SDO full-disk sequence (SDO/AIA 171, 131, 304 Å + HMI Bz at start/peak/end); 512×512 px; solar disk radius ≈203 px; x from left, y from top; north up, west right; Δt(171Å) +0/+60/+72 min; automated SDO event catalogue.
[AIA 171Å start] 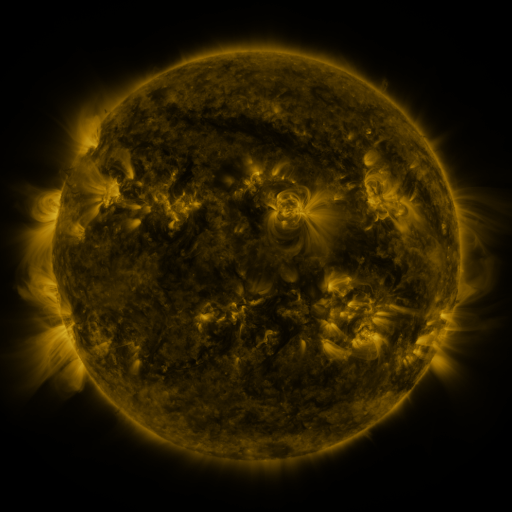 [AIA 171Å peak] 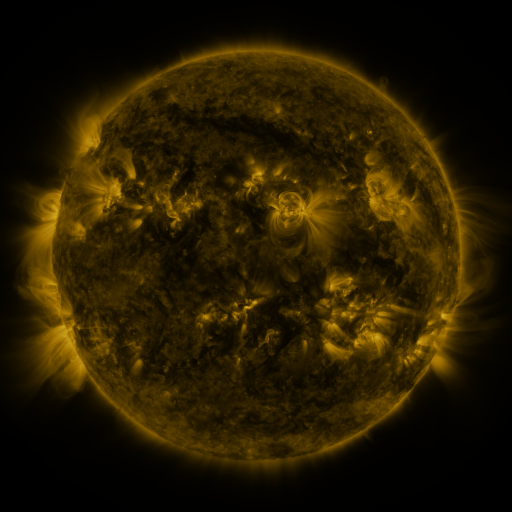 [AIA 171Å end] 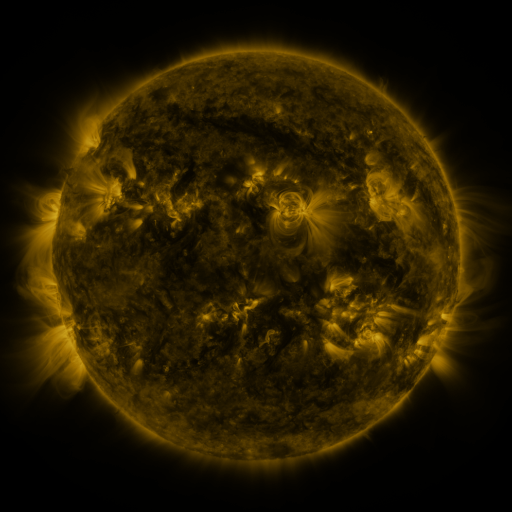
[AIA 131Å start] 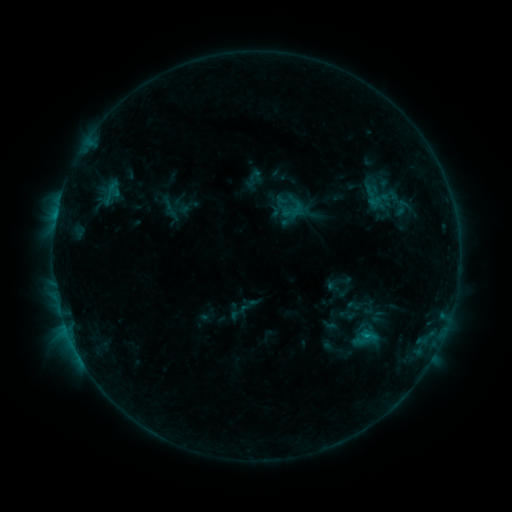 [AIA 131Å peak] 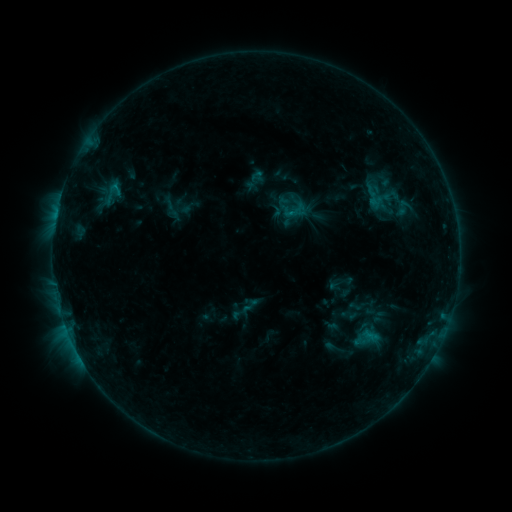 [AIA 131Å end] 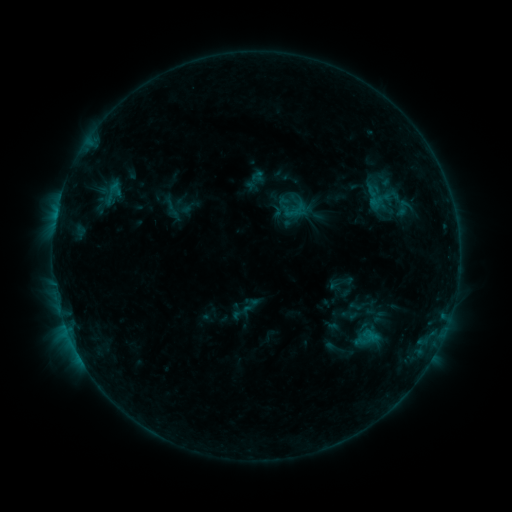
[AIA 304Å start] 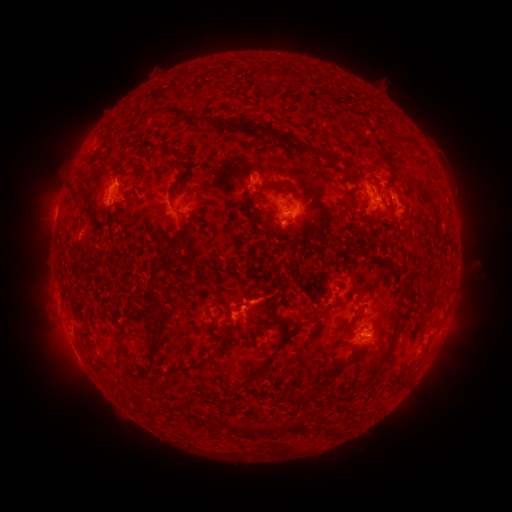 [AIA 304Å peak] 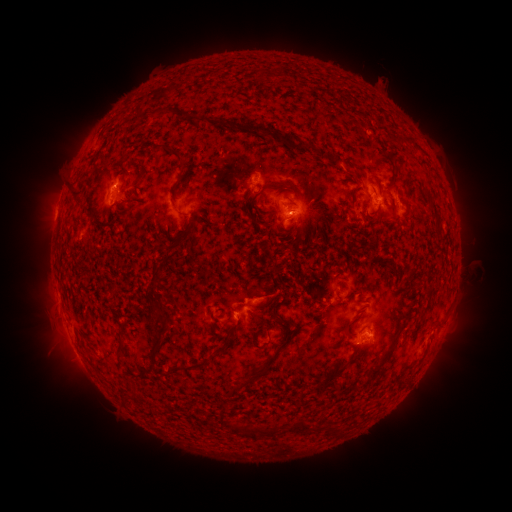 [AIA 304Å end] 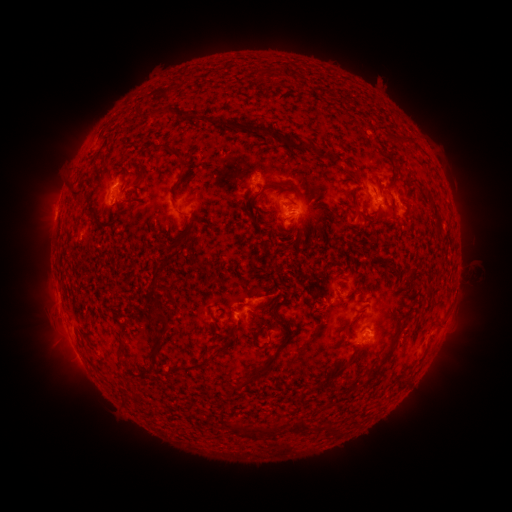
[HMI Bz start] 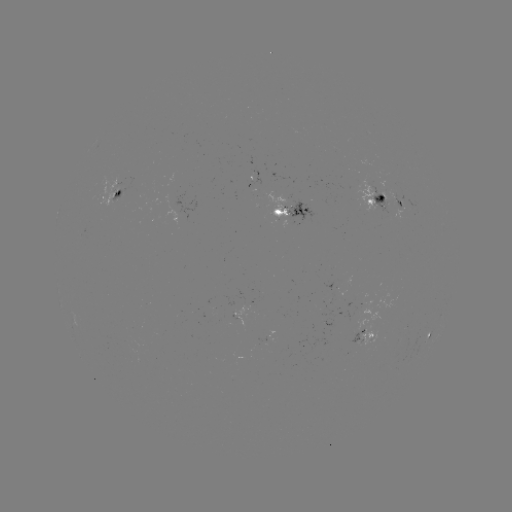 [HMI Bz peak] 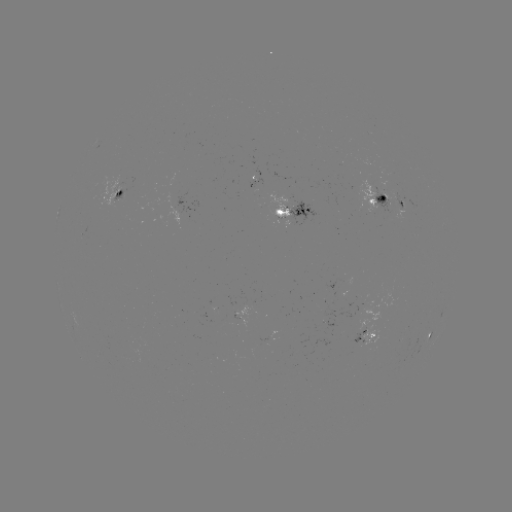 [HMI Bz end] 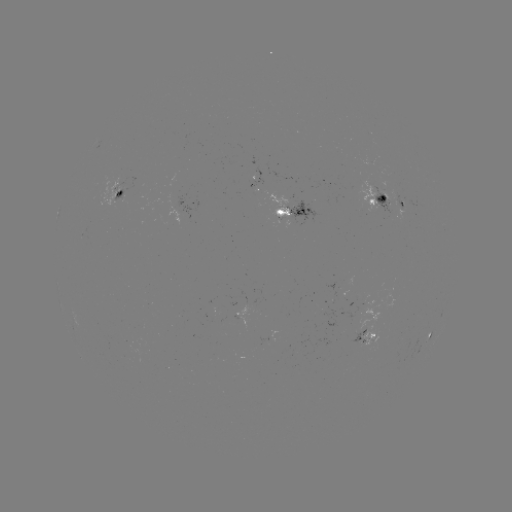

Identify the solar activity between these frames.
emerging-flux region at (360, 341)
